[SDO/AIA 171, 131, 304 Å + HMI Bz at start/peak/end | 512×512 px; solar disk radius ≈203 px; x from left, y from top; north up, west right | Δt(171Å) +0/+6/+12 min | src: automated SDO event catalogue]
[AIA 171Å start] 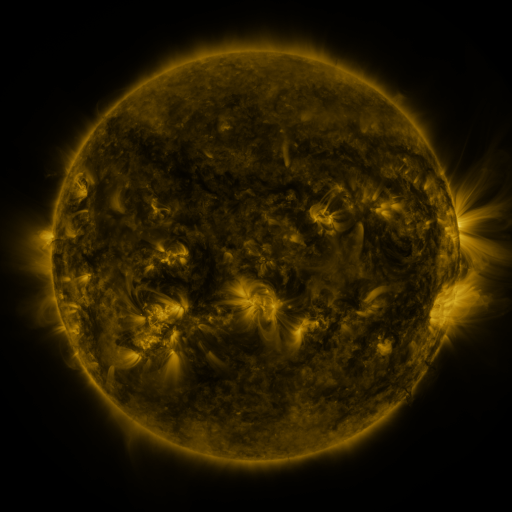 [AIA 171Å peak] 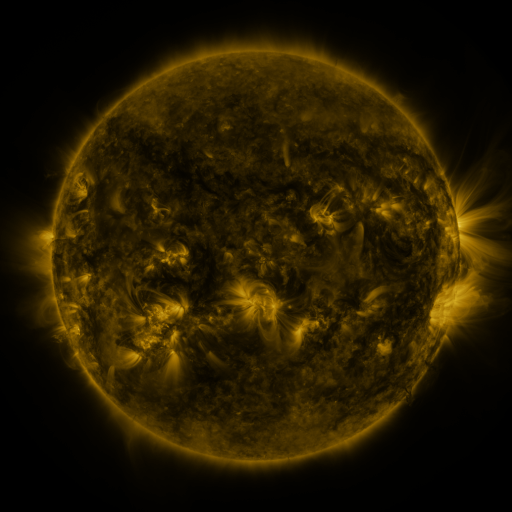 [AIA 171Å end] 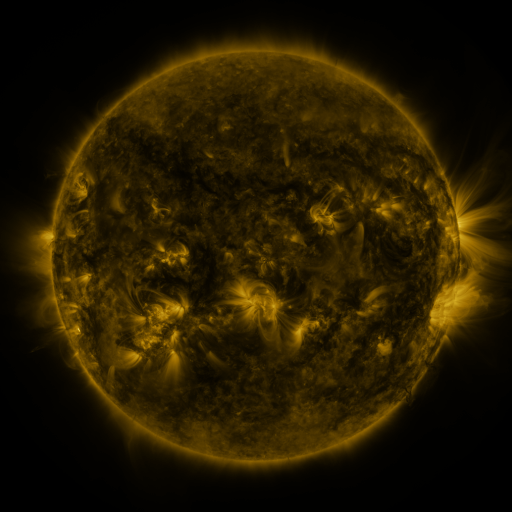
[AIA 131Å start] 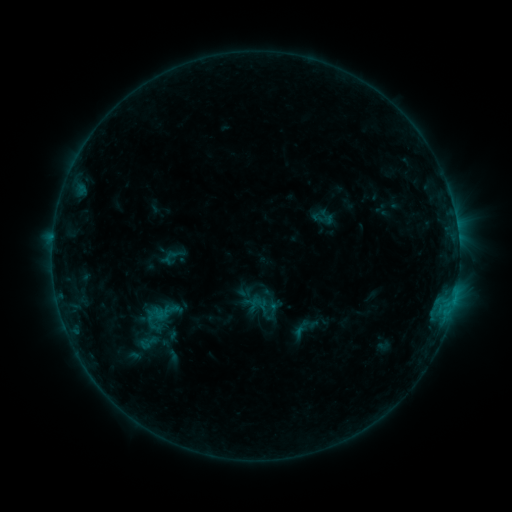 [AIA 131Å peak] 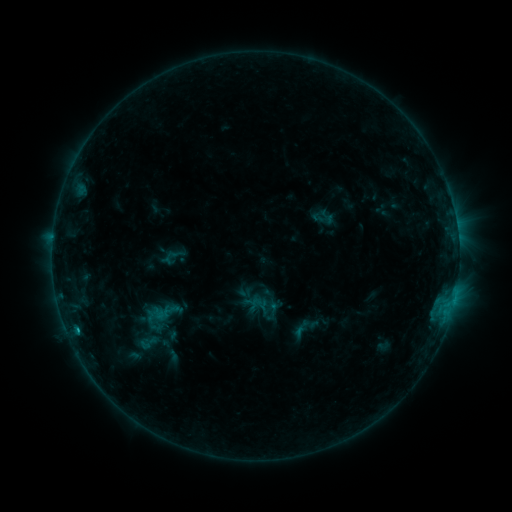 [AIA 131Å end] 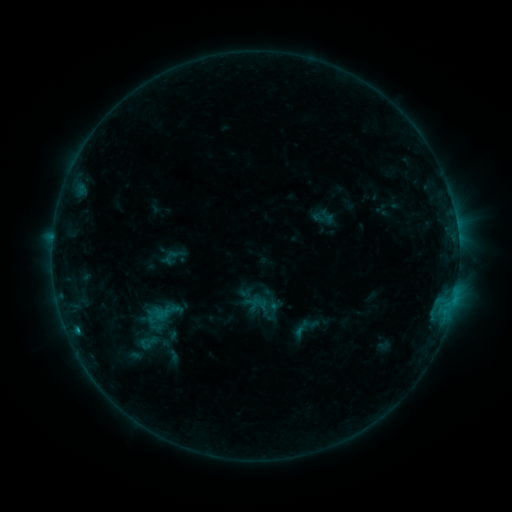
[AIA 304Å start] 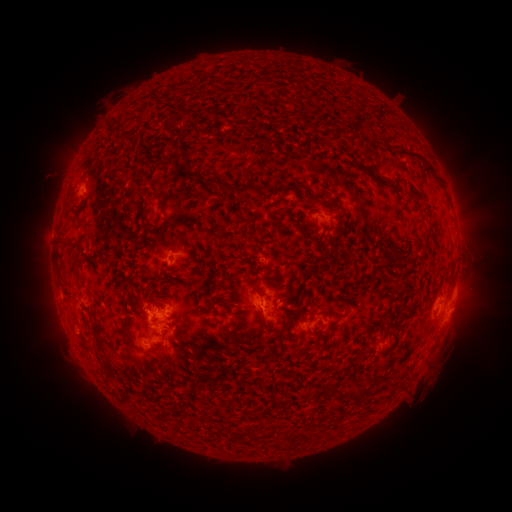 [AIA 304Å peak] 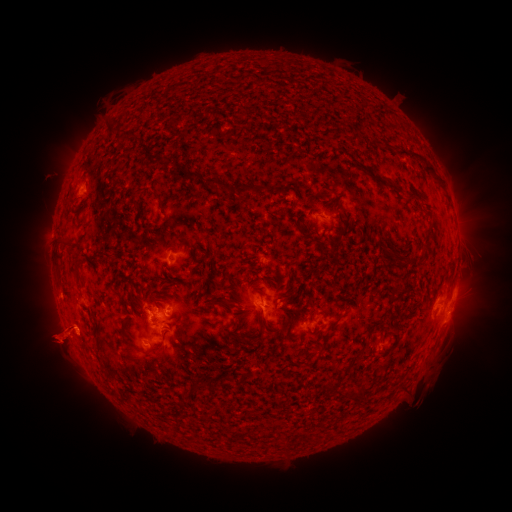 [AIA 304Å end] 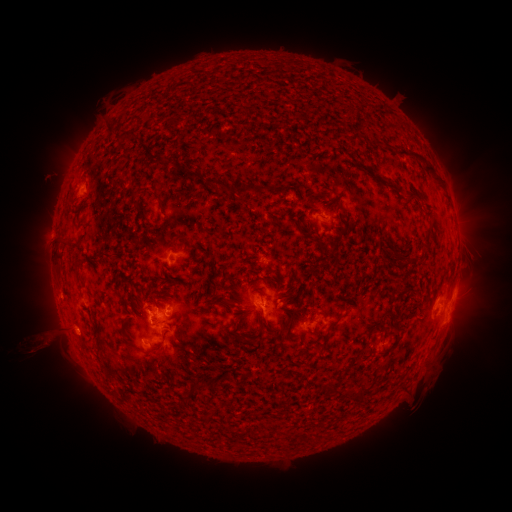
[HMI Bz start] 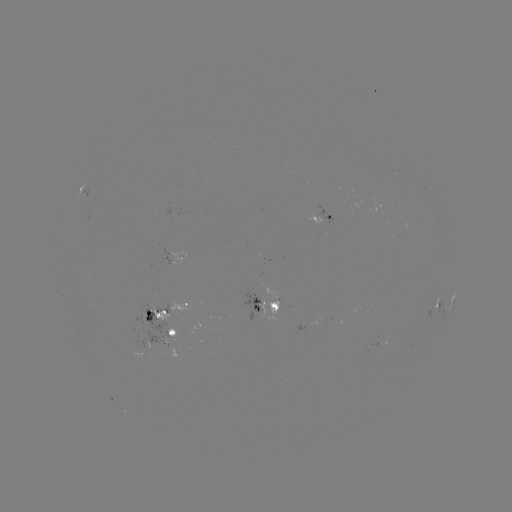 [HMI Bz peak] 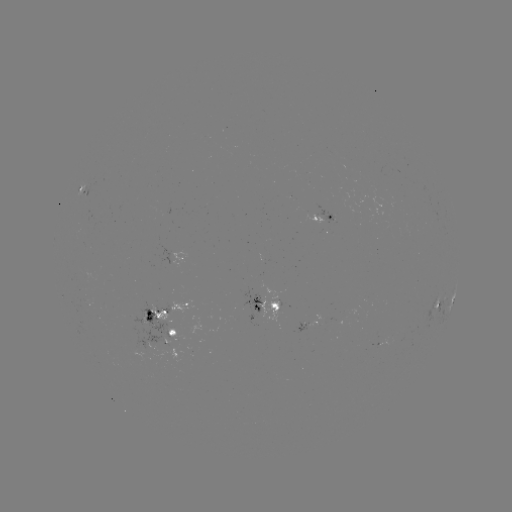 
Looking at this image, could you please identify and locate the B8.6 flare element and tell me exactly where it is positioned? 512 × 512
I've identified B8.6 flare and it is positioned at [78, 327].